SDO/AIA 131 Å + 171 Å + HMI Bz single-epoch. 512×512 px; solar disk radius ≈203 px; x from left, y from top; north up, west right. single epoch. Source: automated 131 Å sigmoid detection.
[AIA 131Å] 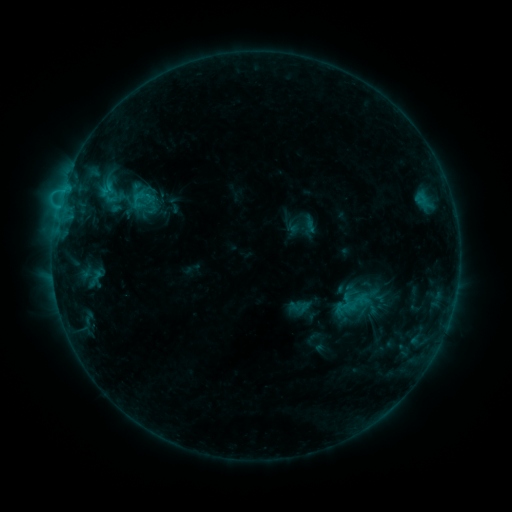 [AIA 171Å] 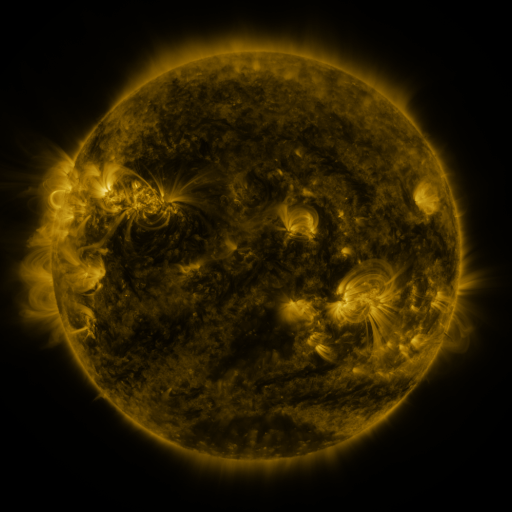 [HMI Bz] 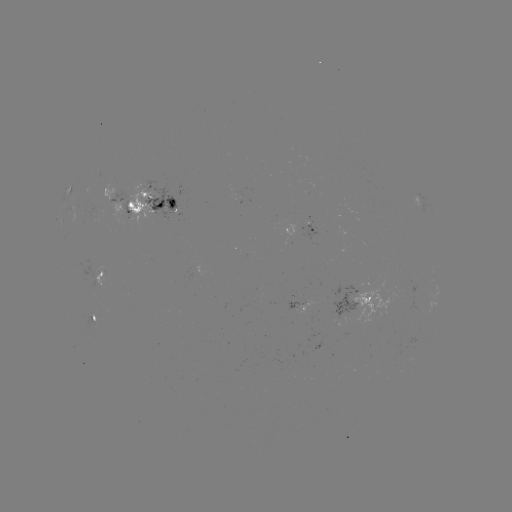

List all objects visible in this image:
sigmoid: (140, 198)
